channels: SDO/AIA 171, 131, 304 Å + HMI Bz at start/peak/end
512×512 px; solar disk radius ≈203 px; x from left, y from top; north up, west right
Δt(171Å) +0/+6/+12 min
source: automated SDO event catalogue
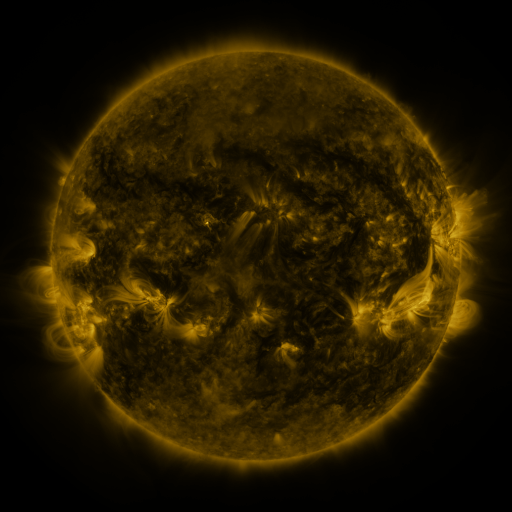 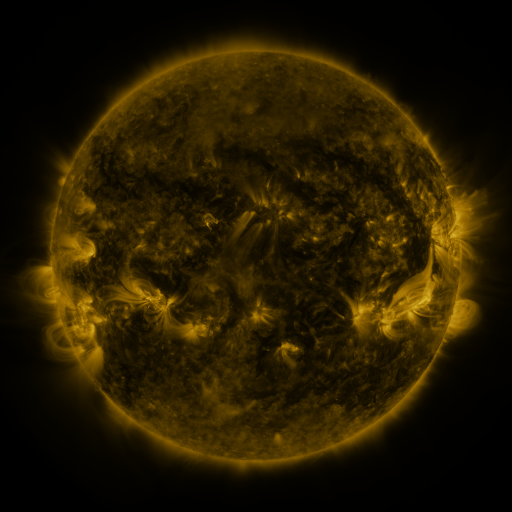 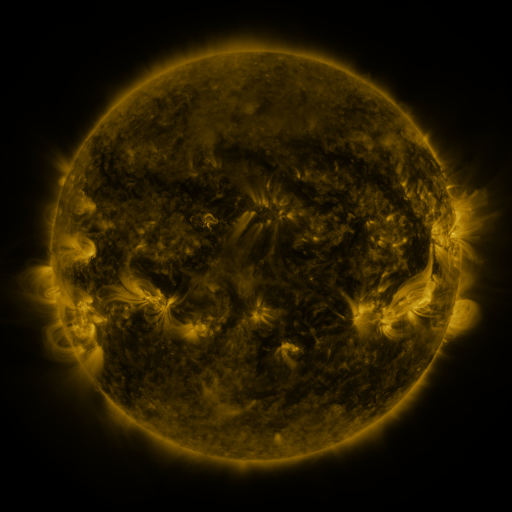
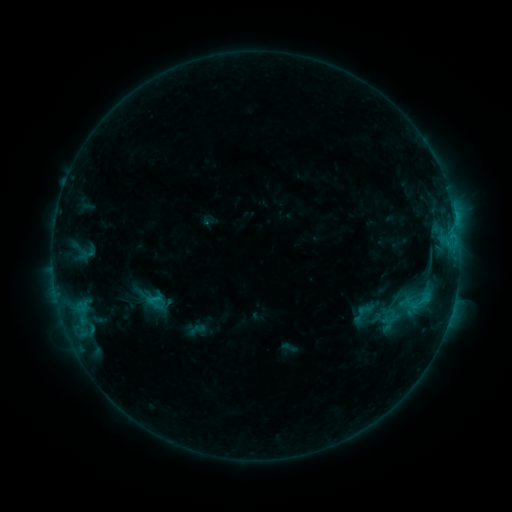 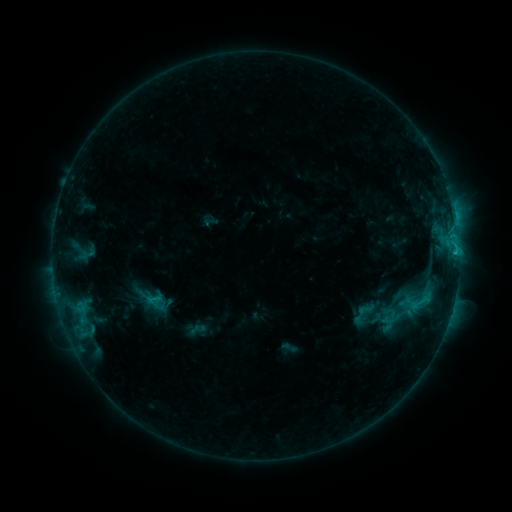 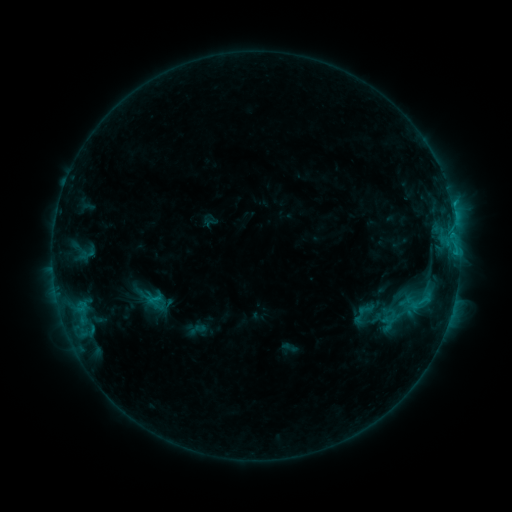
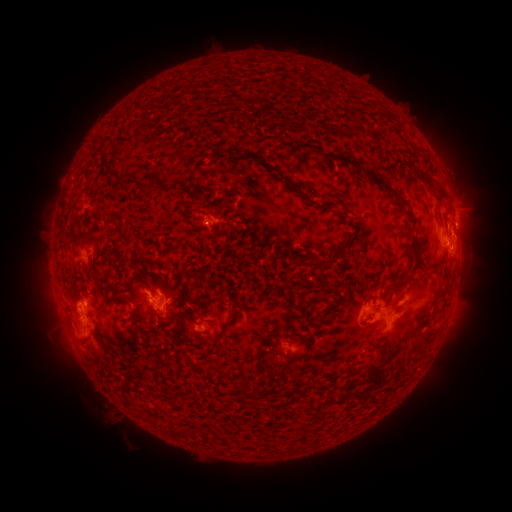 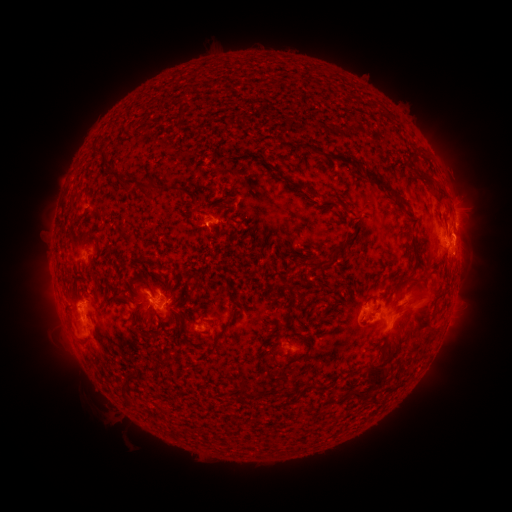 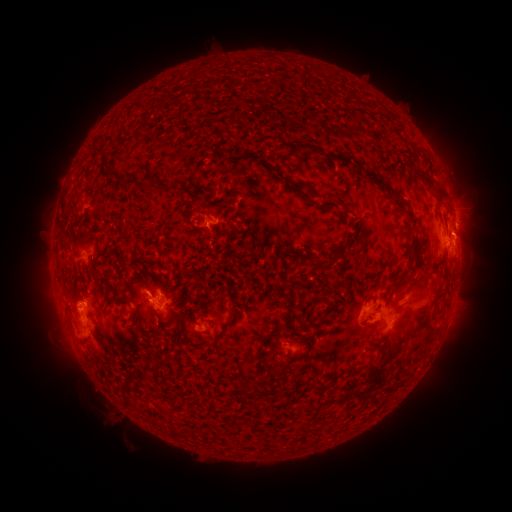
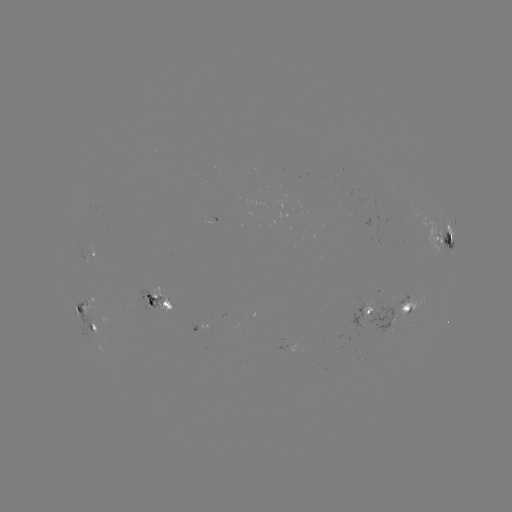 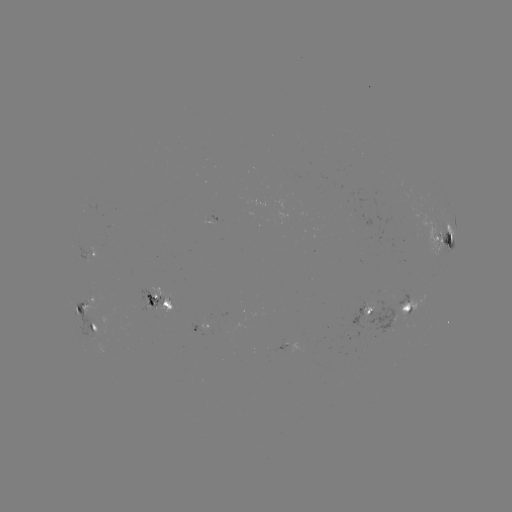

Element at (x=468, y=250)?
eruption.